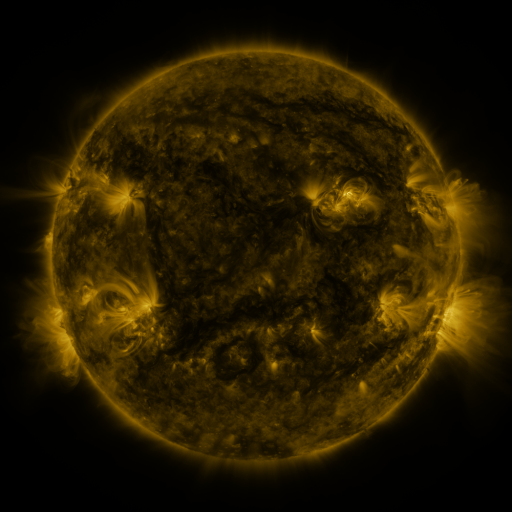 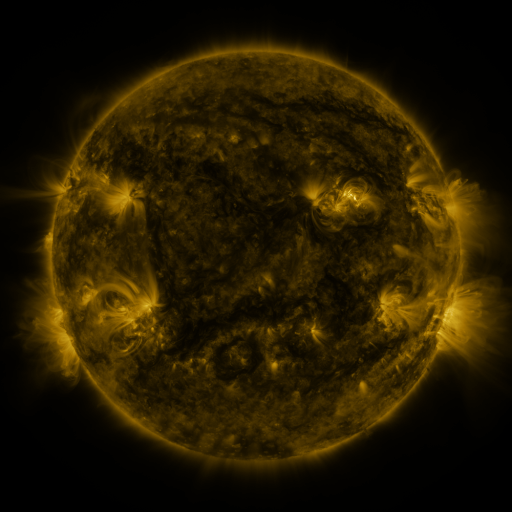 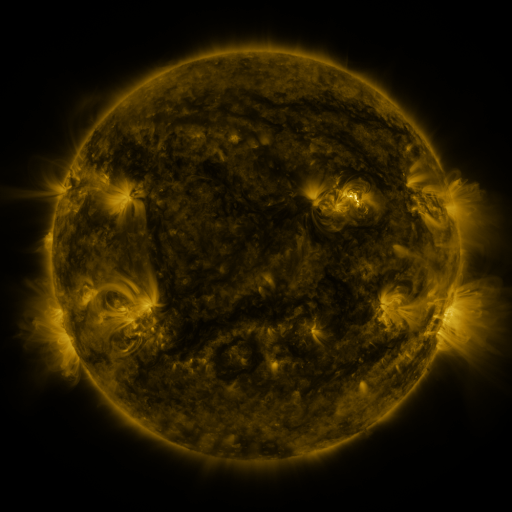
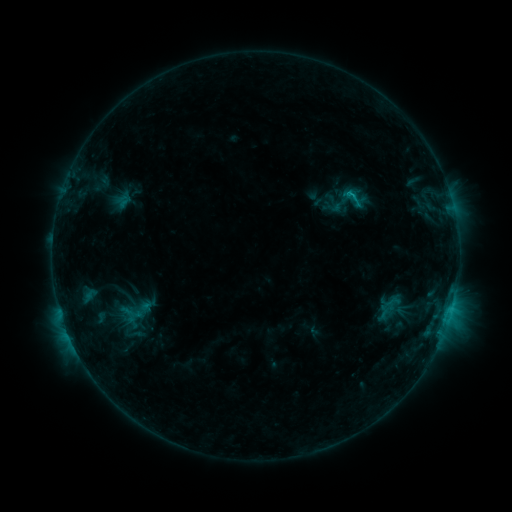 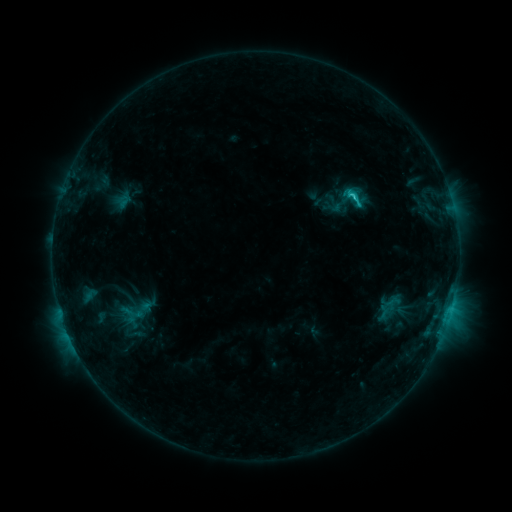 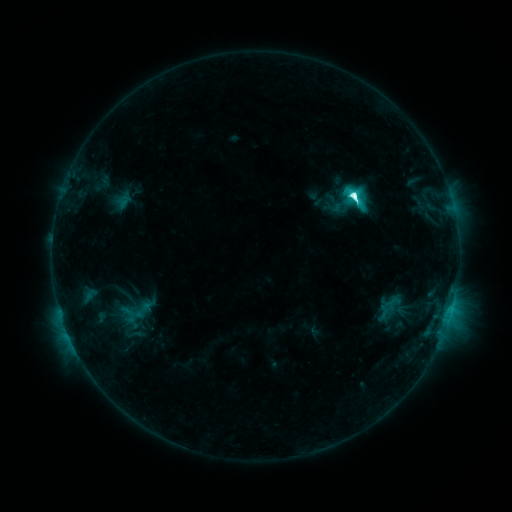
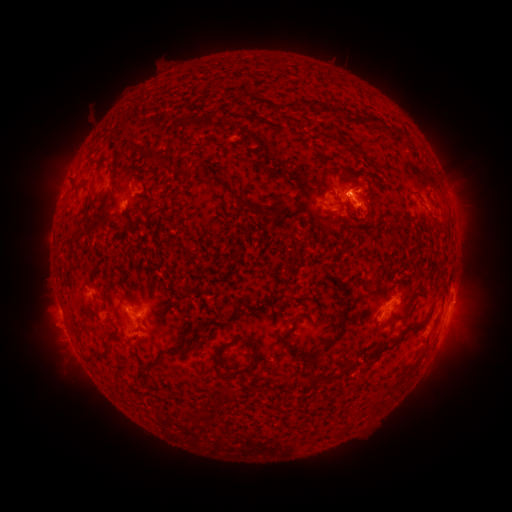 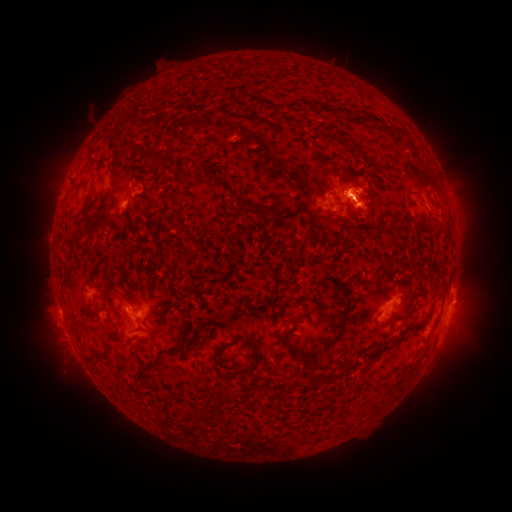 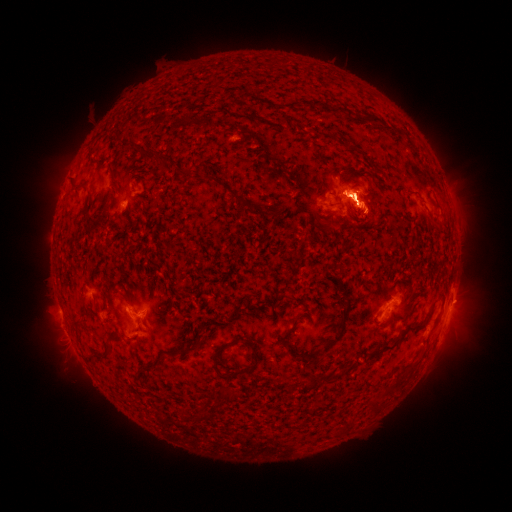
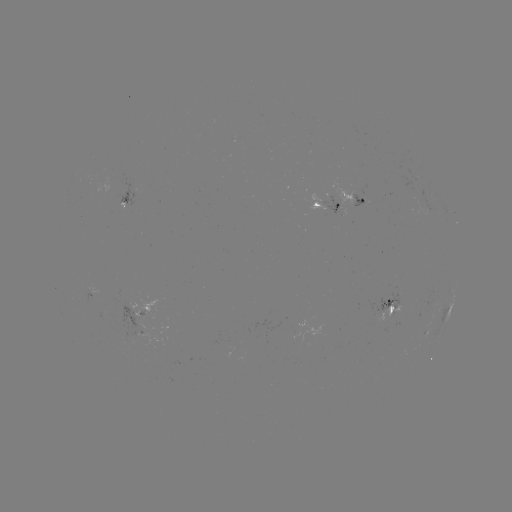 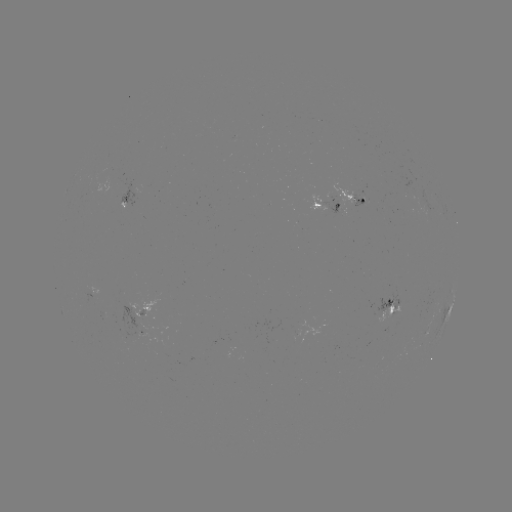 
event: eruption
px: (360, 195)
